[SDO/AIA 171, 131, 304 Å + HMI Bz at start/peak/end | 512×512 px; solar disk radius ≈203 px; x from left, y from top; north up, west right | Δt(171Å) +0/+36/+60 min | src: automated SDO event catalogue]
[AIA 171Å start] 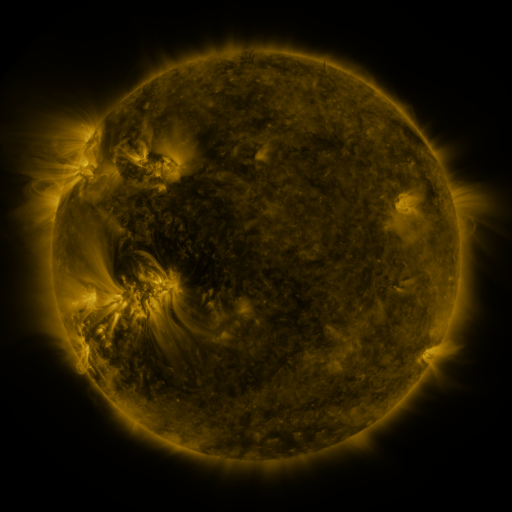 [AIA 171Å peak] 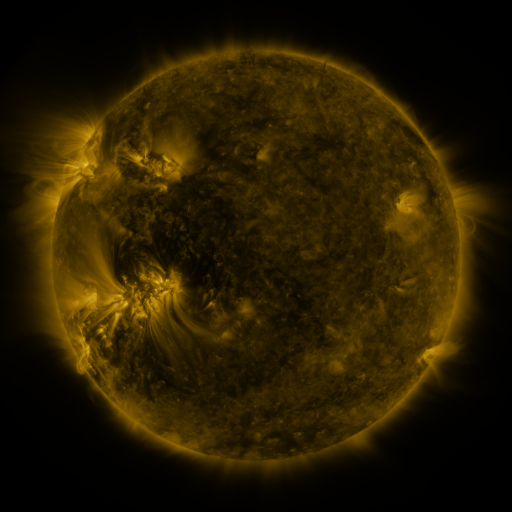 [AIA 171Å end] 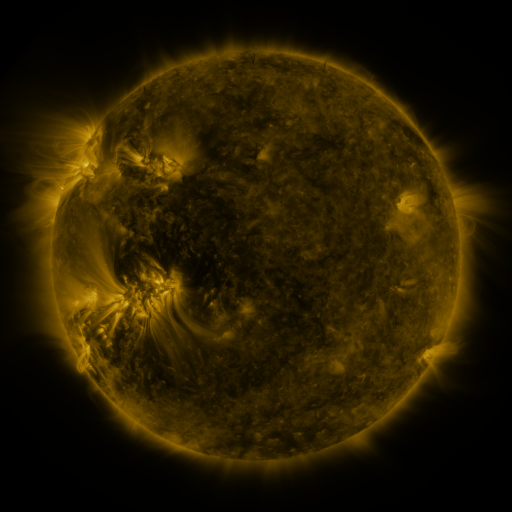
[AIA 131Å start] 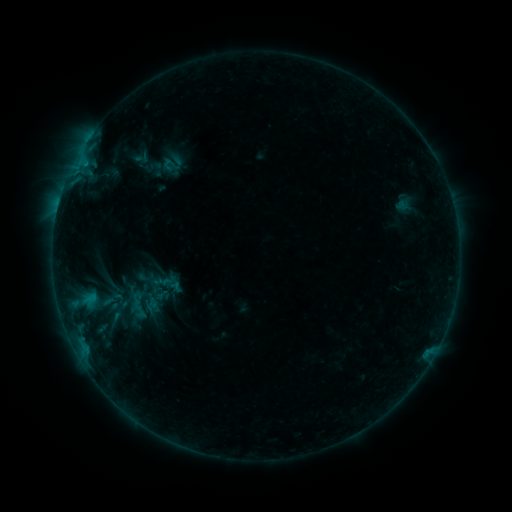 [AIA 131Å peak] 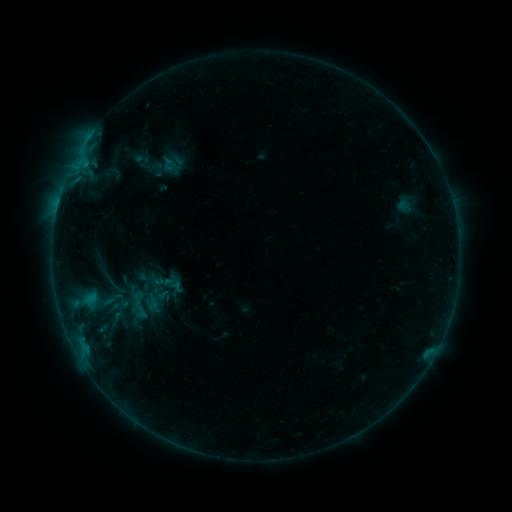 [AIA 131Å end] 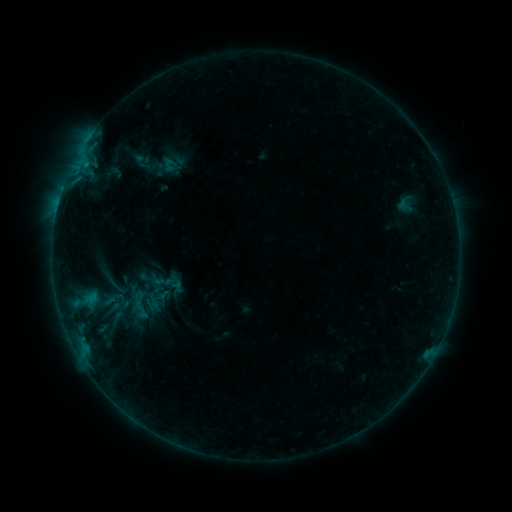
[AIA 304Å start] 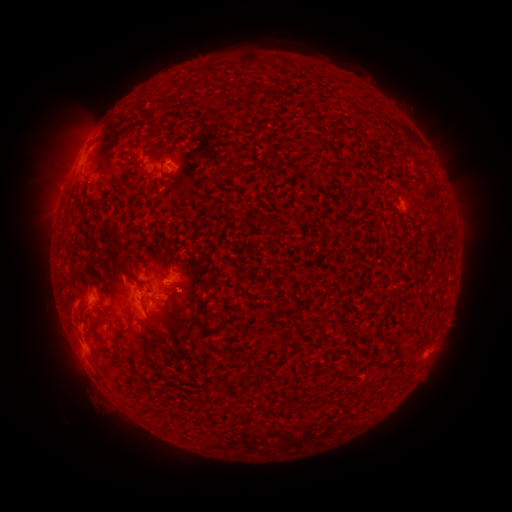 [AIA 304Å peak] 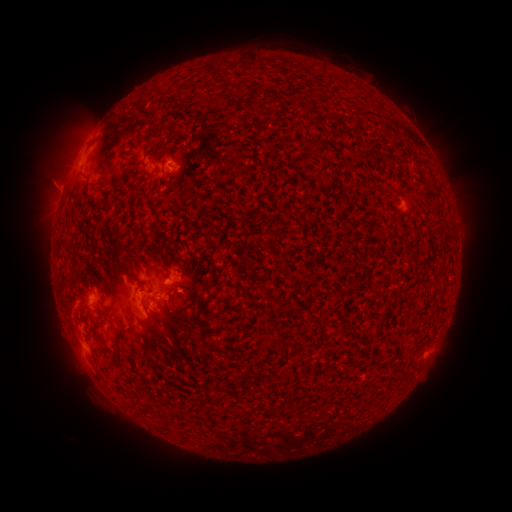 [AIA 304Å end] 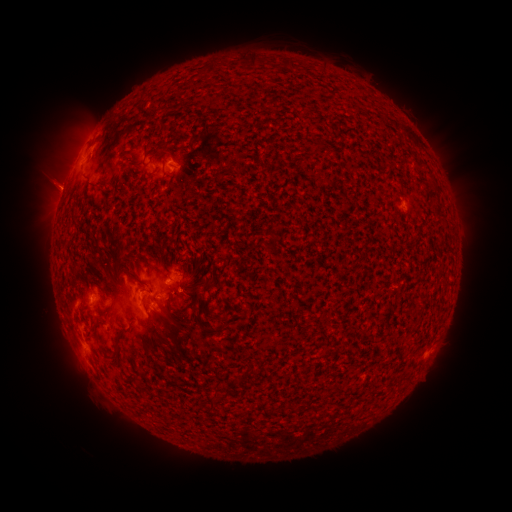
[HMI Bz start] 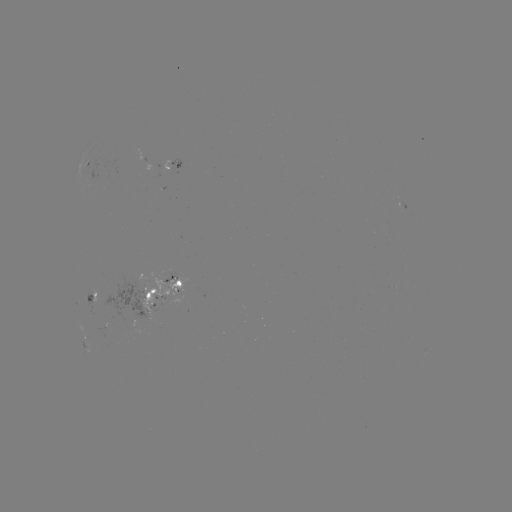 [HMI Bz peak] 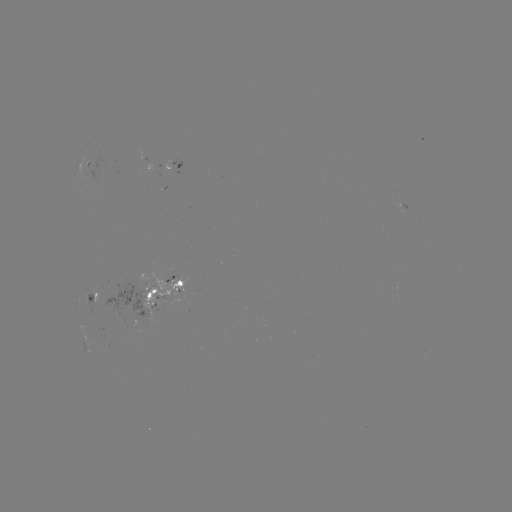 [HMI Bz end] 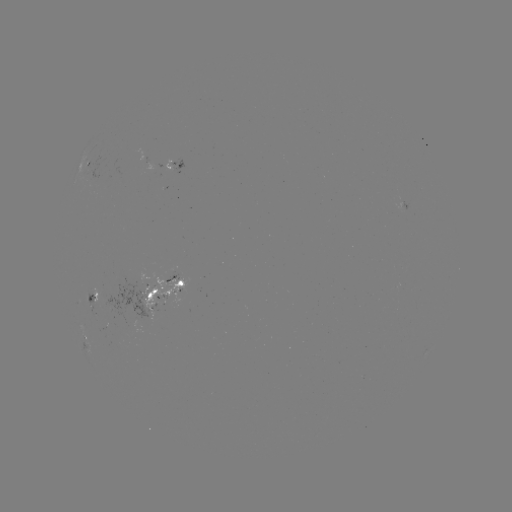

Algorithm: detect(emerging-flux region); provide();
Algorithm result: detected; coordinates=[171, 280]